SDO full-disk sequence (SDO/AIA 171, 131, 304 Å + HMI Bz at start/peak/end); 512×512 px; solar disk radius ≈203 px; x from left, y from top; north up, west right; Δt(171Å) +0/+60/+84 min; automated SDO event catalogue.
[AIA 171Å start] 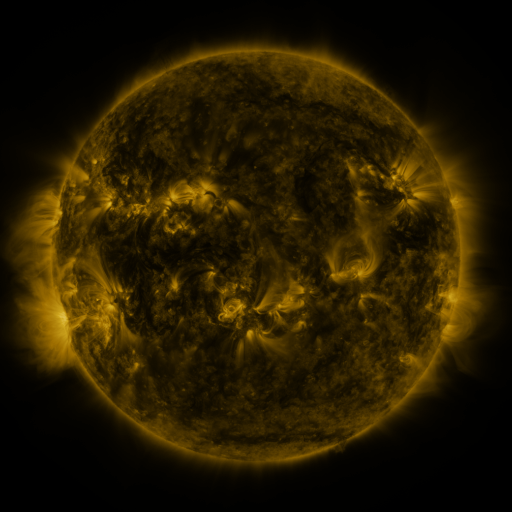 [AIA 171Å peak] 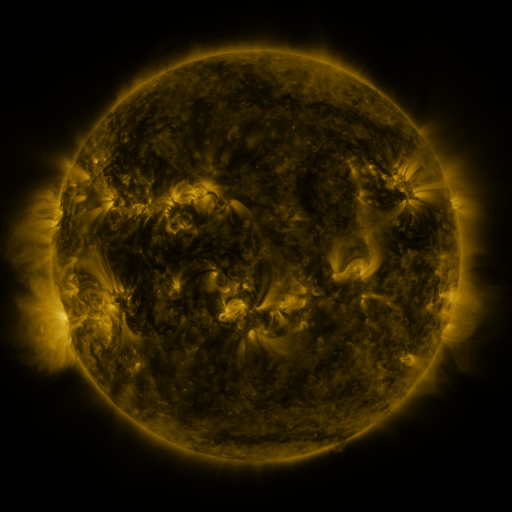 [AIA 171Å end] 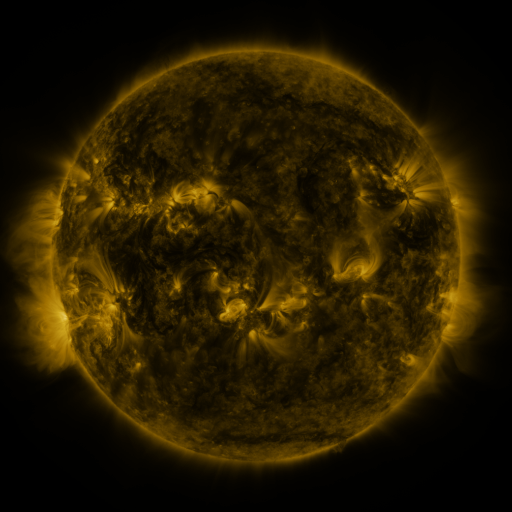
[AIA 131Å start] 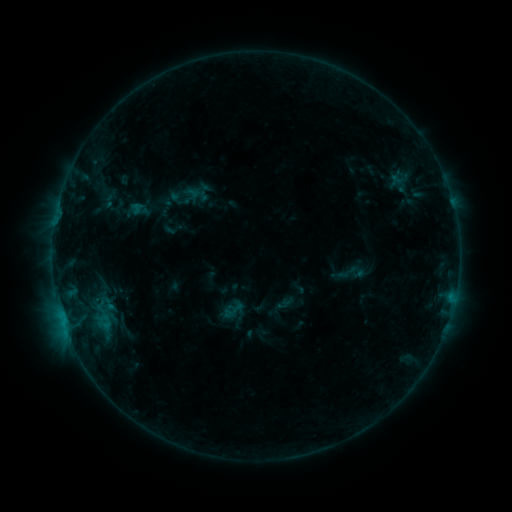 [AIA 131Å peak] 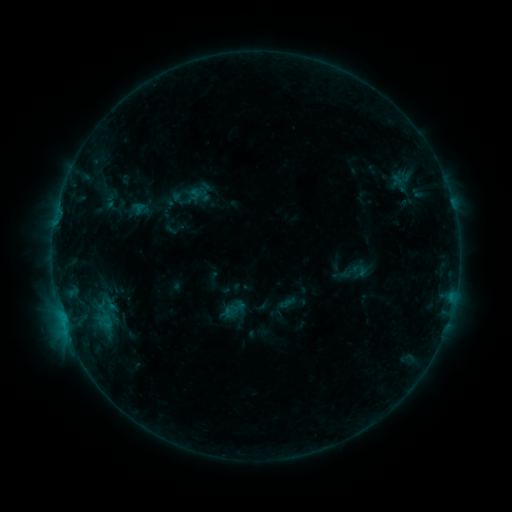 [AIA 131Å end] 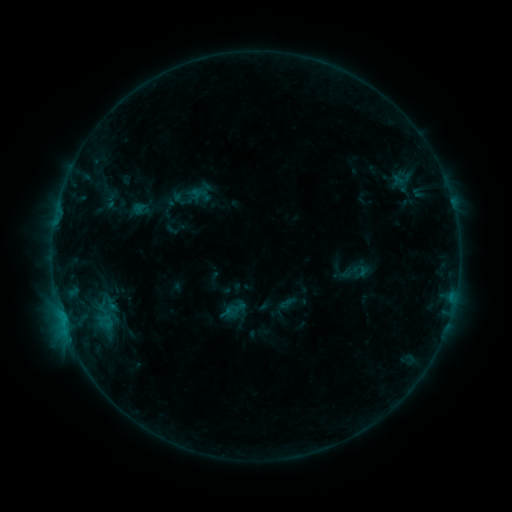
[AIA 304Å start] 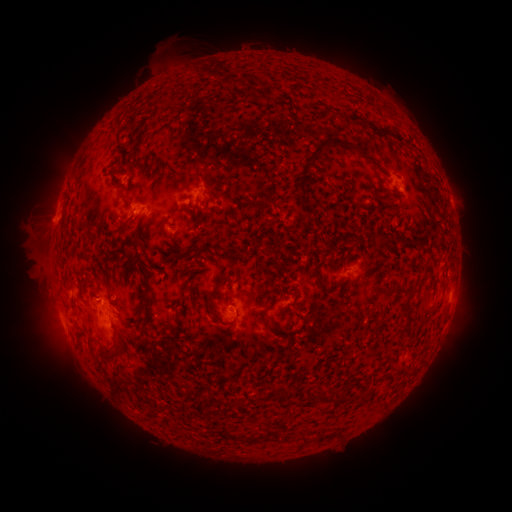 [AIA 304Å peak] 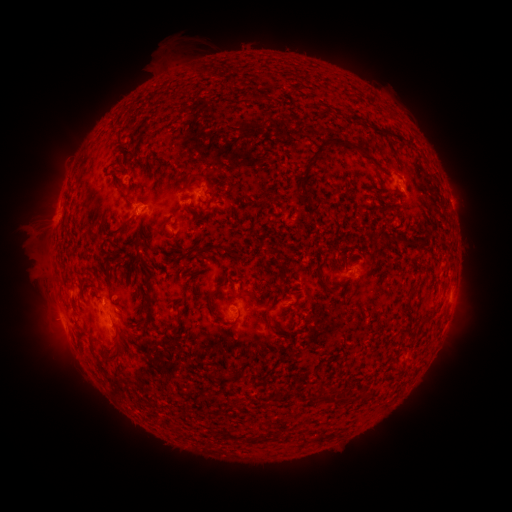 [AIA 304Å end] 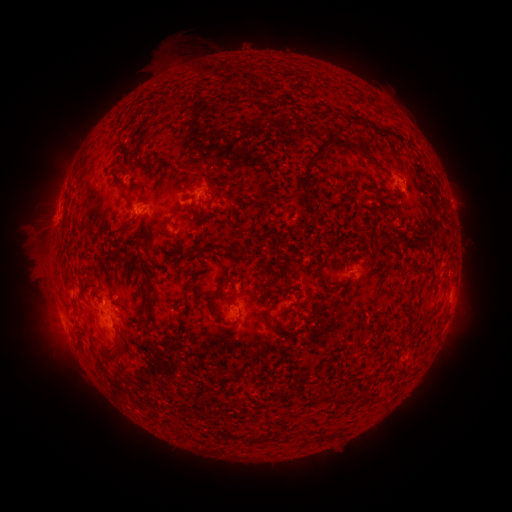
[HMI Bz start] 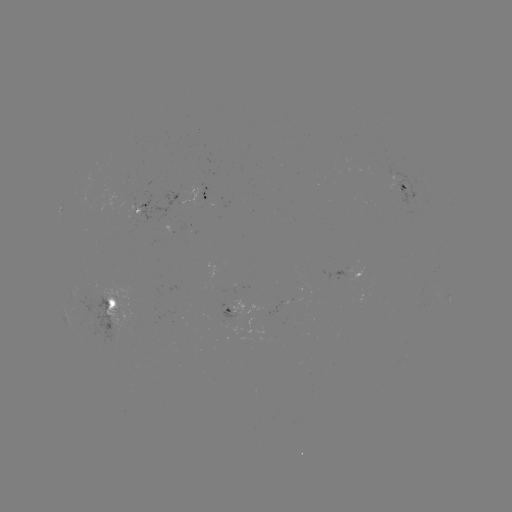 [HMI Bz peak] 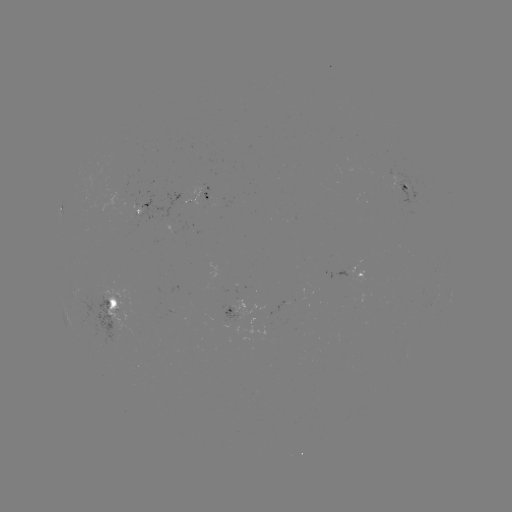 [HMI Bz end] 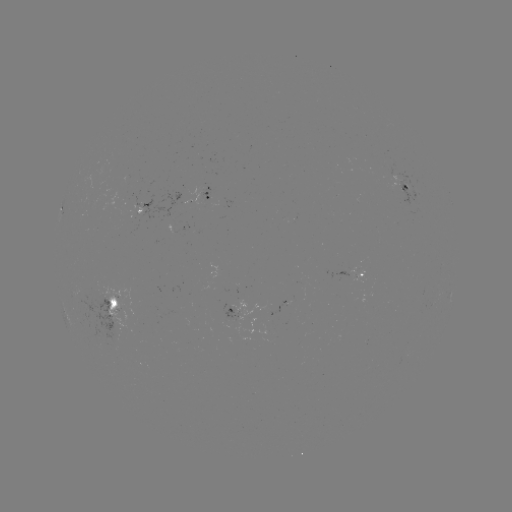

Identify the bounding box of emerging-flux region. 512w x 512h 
[124, 194, 139, 212].